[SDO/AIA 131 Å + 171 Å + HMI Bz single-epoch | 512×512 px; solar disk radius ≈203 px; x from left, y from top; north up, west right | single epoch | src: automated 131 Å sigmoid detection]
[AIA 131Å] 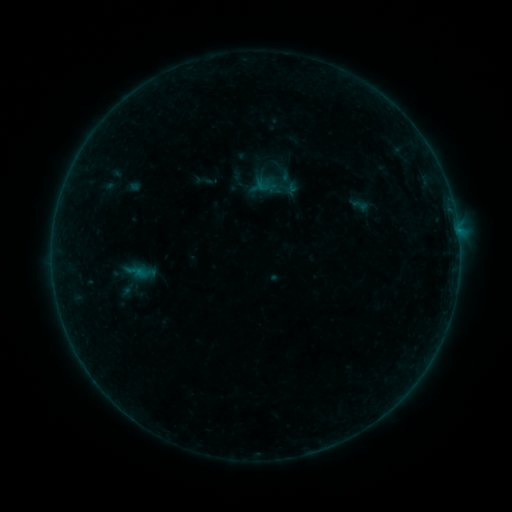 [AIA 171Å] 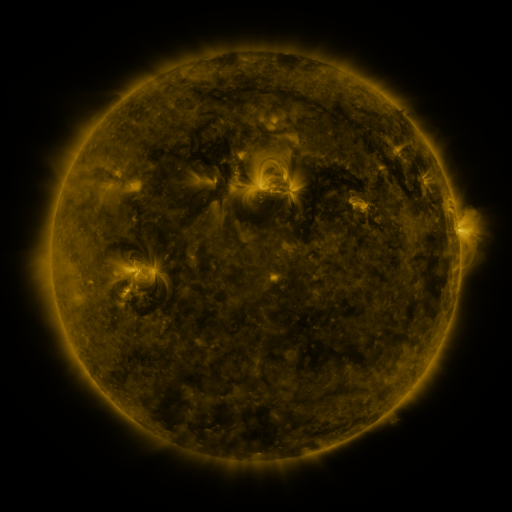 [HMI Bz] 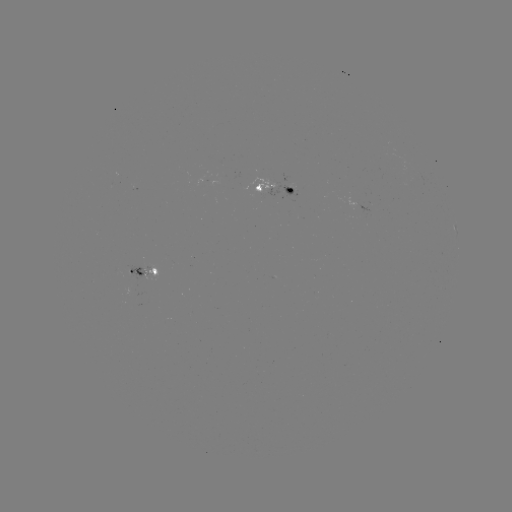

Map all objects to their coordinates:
sigmoid: [350, 196, 370, 216]
